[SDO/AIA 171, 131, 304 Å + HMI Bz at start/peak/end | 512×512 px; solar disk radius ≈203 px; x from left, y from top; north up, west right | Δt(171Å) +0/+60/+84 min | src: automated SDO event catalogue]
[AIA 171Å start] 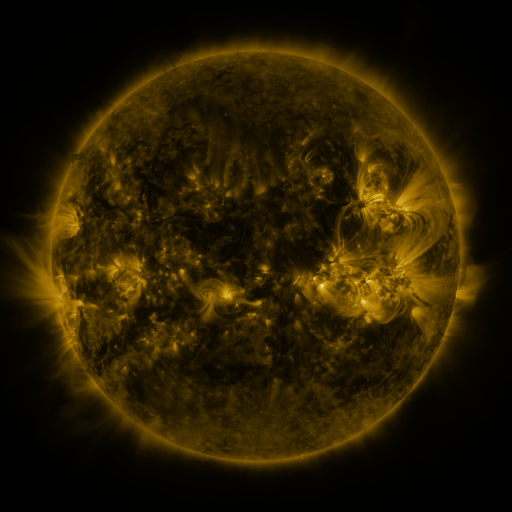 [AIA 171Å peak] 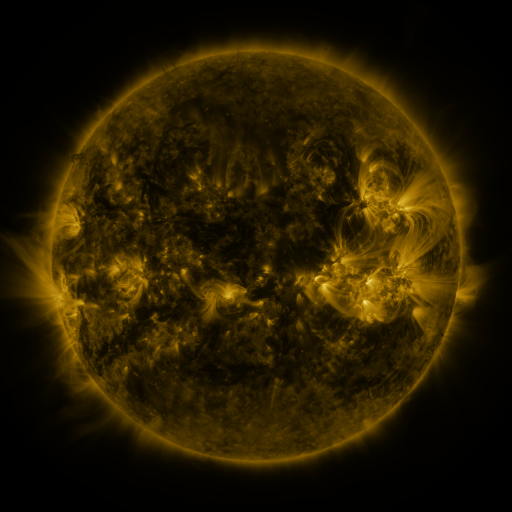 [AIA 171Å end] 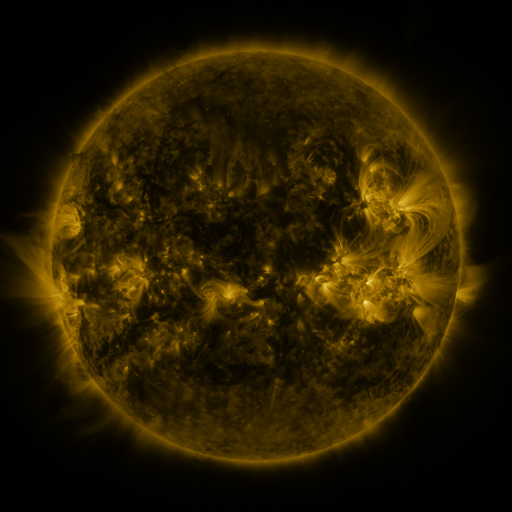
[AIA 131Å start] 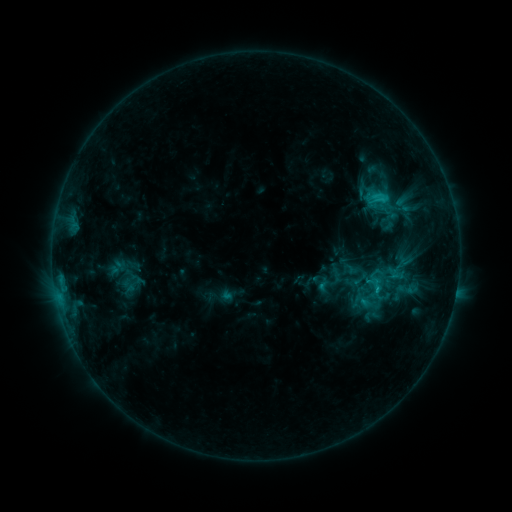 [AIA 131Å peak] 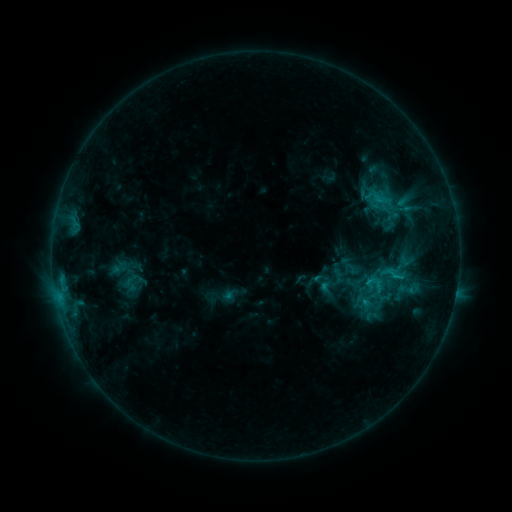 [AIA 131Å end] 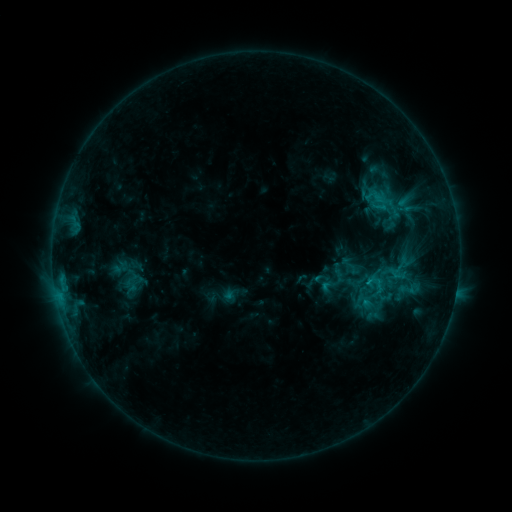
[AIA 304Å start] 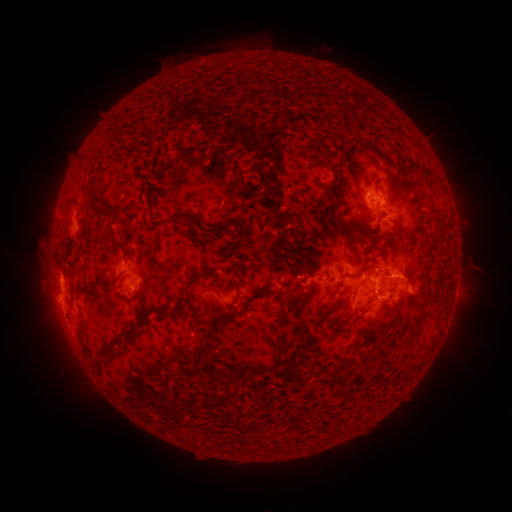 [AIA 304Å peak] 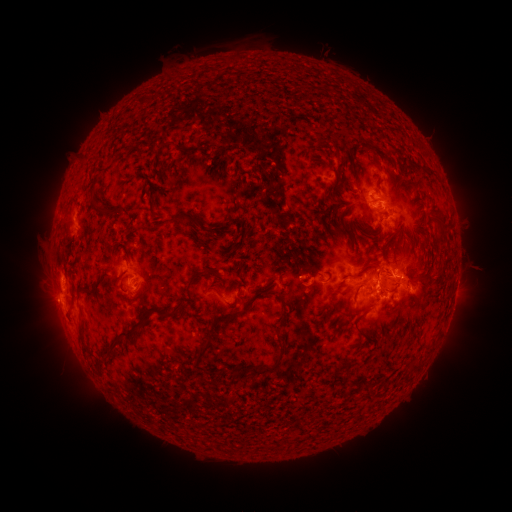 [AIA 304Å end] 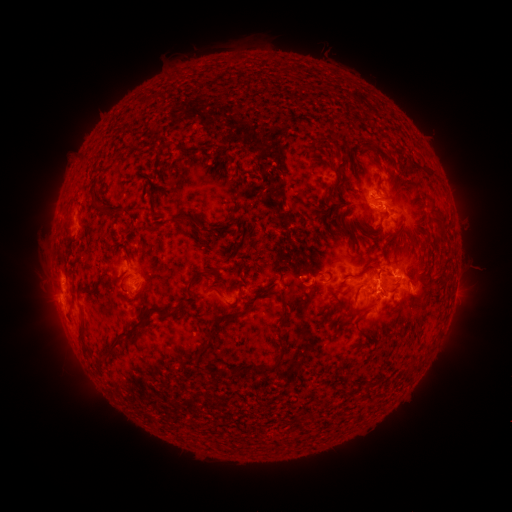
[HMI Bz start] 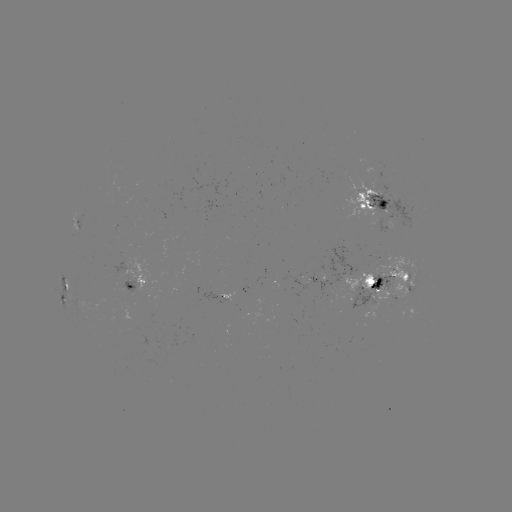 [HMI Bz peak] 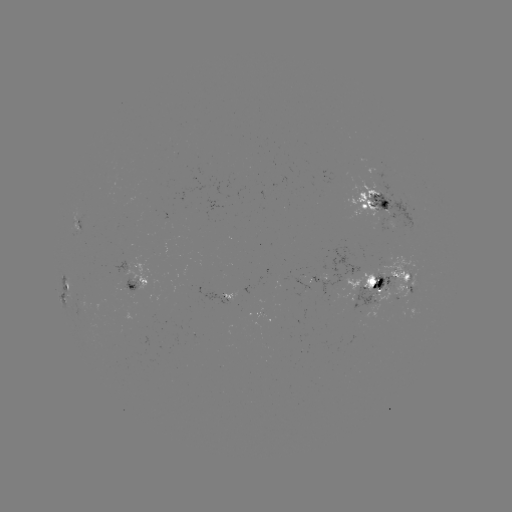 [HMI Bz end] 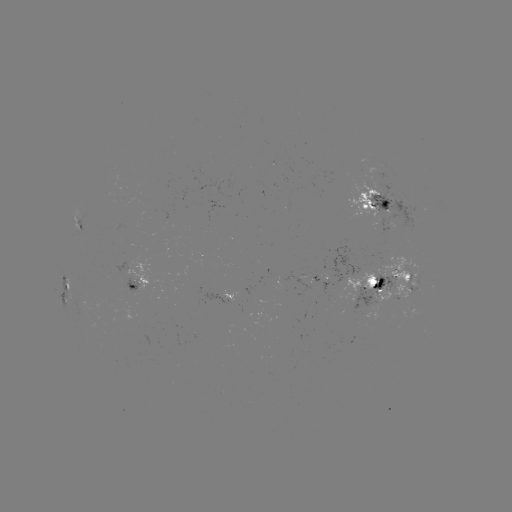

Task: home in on emerging-flux region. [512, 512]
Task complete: [125, 284].